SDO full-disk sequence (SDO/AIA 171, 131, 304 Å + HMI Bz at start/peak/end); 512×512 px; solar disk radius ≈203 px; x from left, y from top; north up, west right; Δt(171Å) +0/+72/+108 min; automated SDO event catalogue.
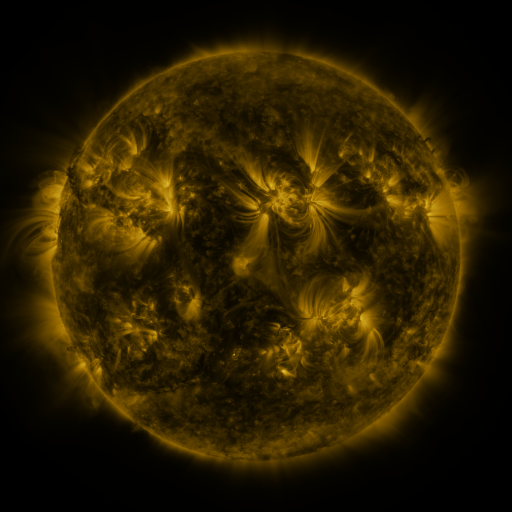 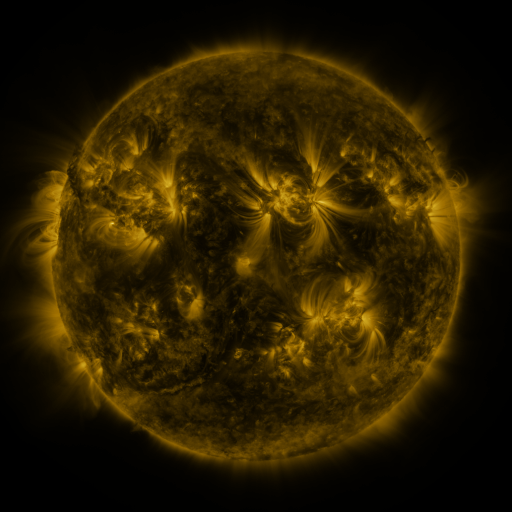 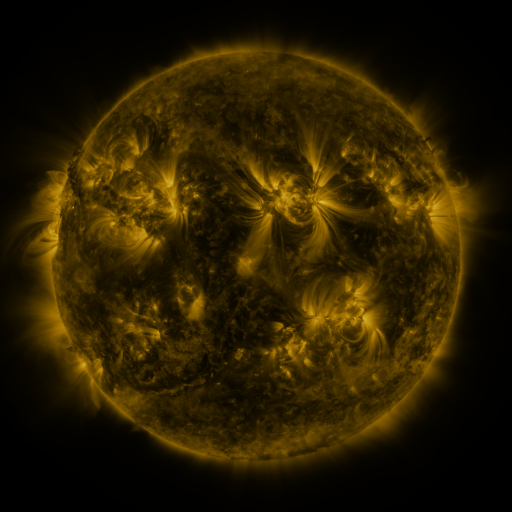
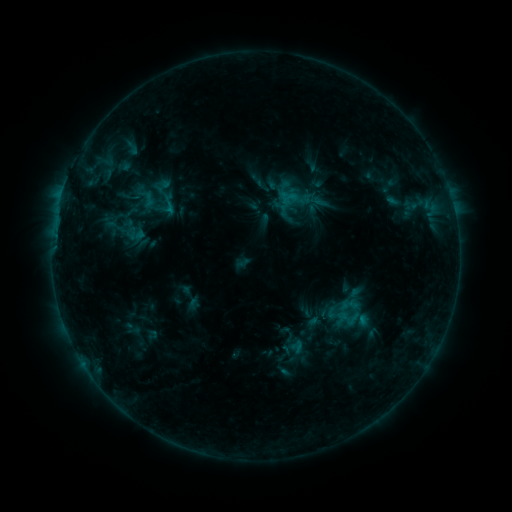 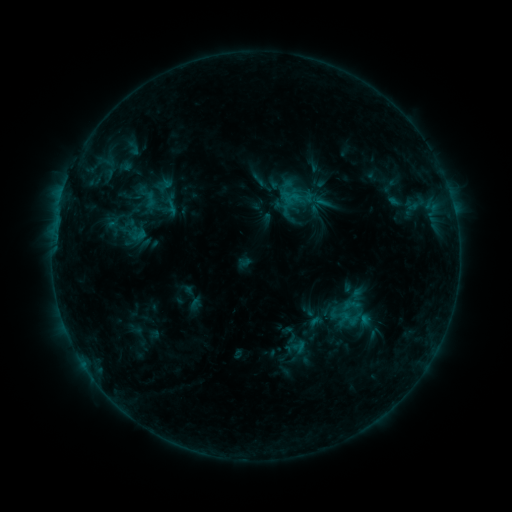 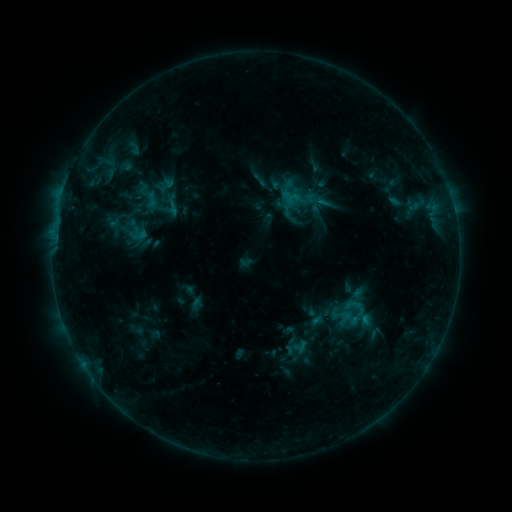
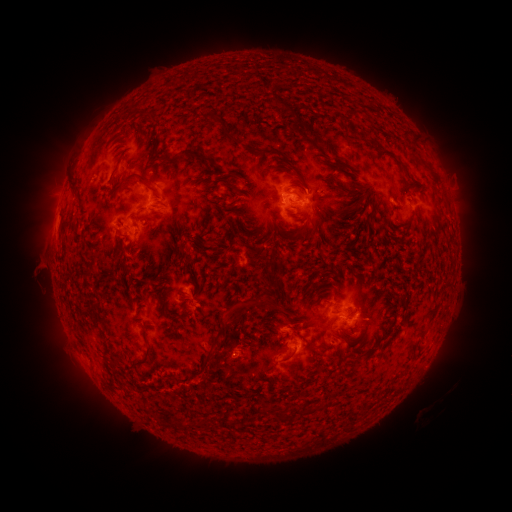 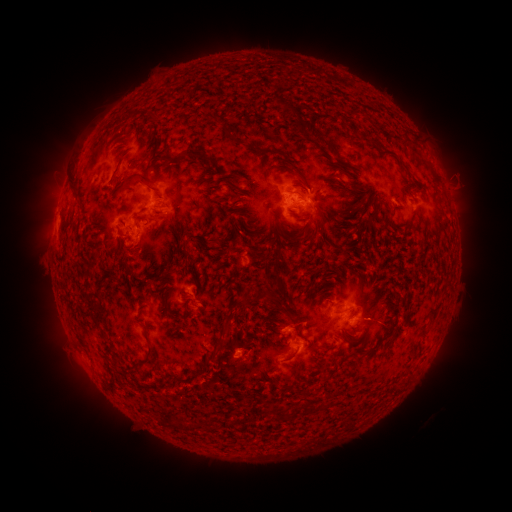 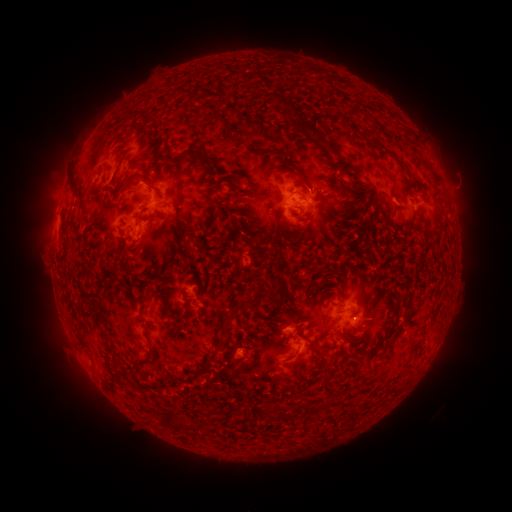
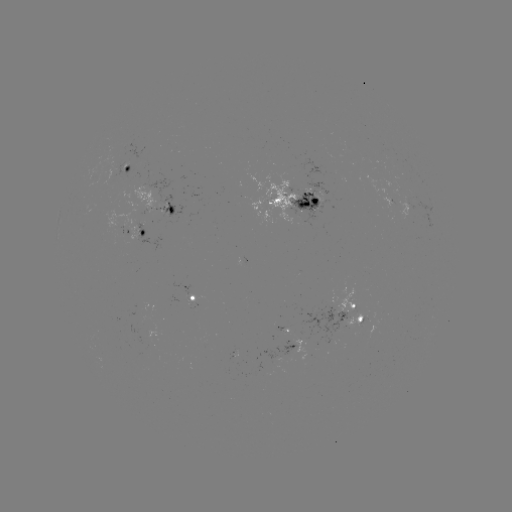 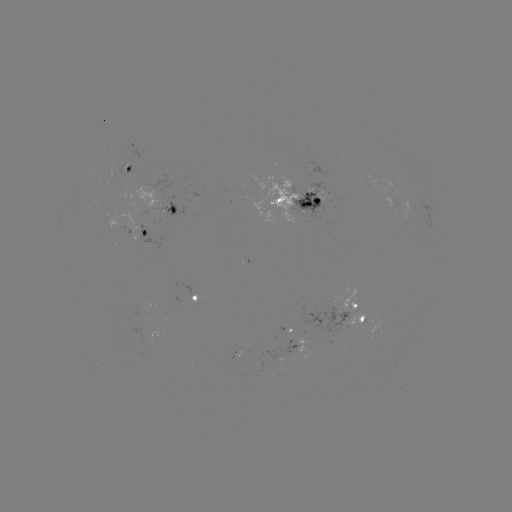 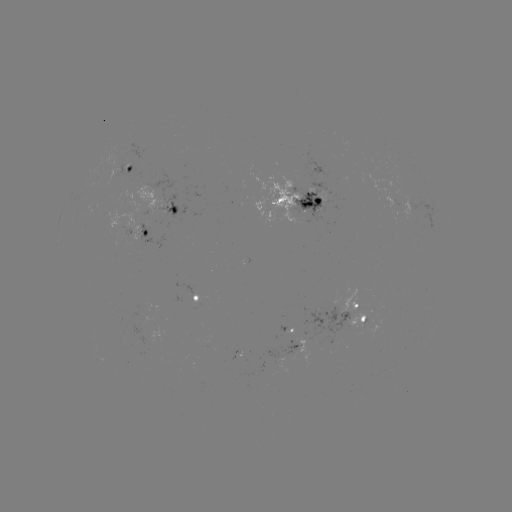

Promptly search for emerging-flux region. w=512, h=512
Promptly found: (127, 167).